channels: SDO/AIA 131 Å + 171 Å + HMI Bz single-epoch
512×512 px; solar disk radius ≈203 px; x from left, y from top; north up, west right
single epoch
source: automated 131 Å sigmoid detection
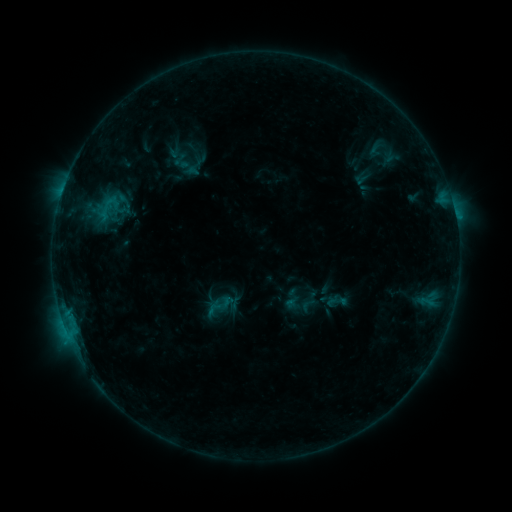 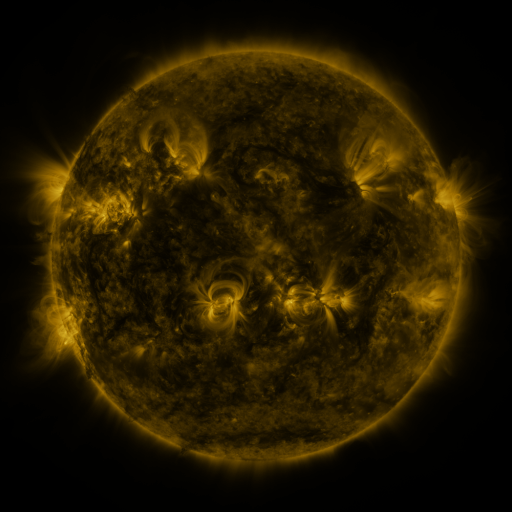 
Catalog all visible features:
sigmoid: [93, 192, 124, 224]
sigmoid: [325, 288, 349, 313]
sigmoid: [299, 296, 317, 314]
